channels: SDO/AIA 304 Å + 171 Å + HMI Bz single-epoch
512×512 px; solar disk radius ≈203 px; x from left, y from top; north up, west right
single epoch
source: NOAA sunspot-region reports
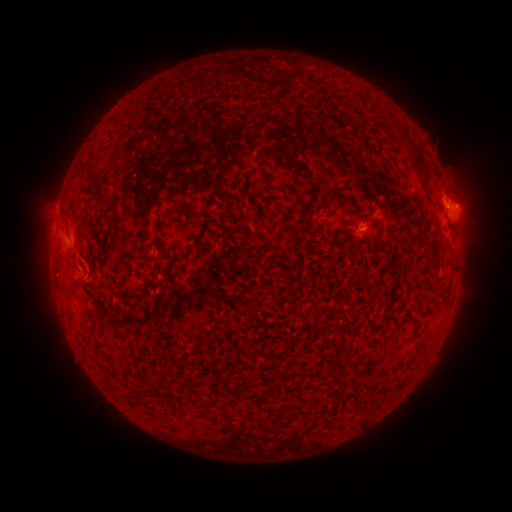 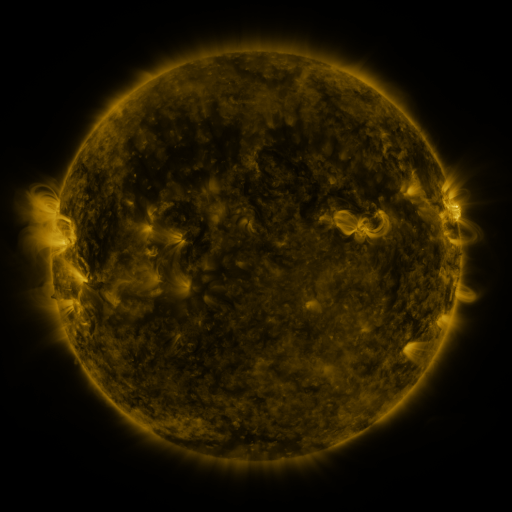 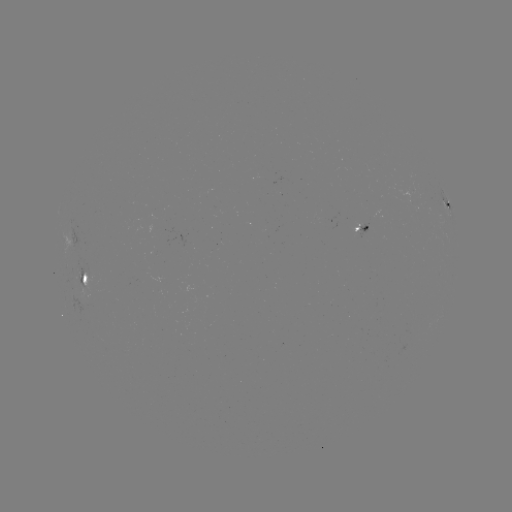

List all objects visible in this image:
spotted active region: (445, 203)
spotted active region: (366, 229)
spotted active region: (88, 278)
